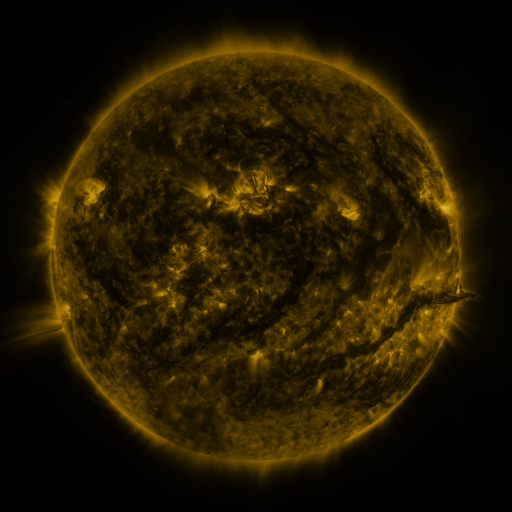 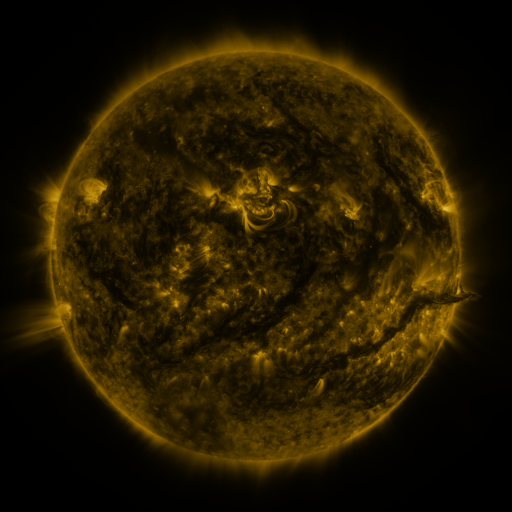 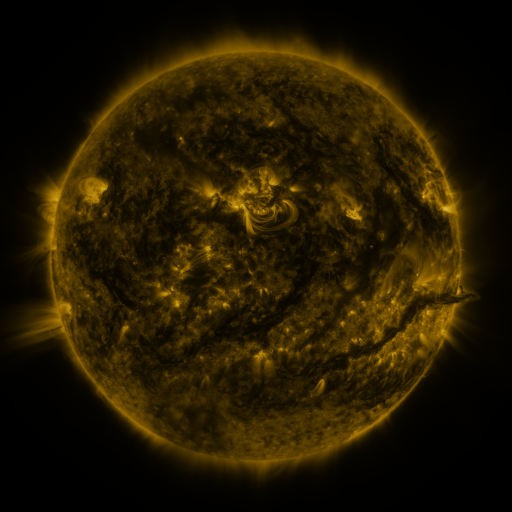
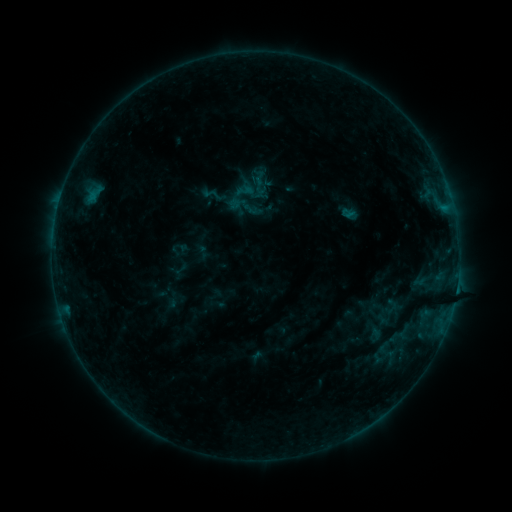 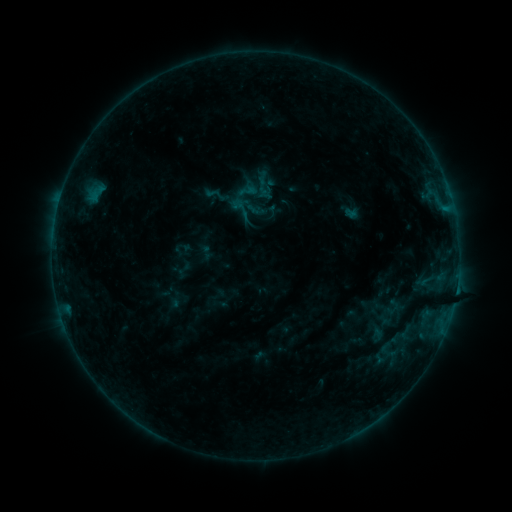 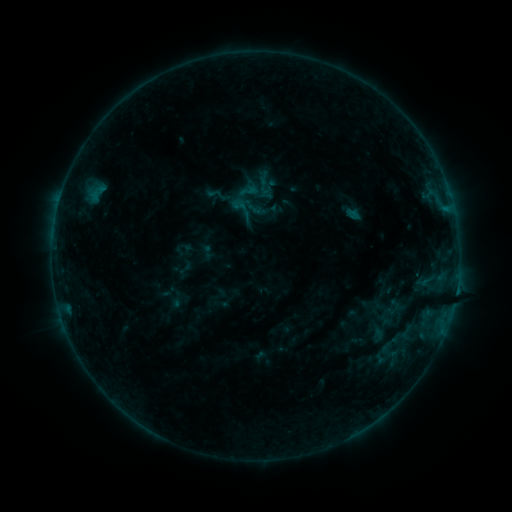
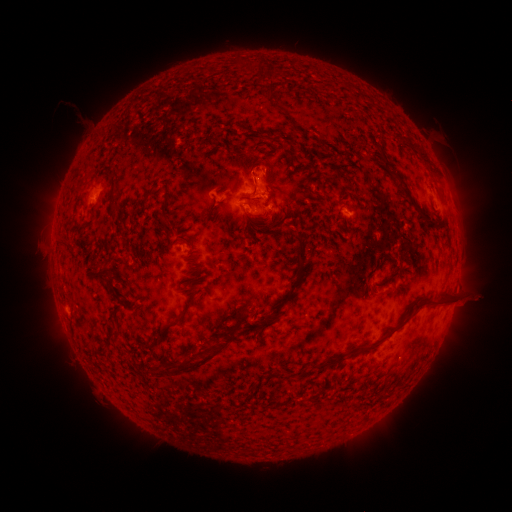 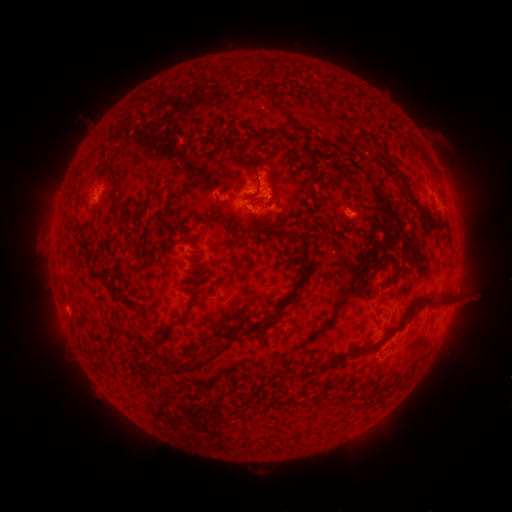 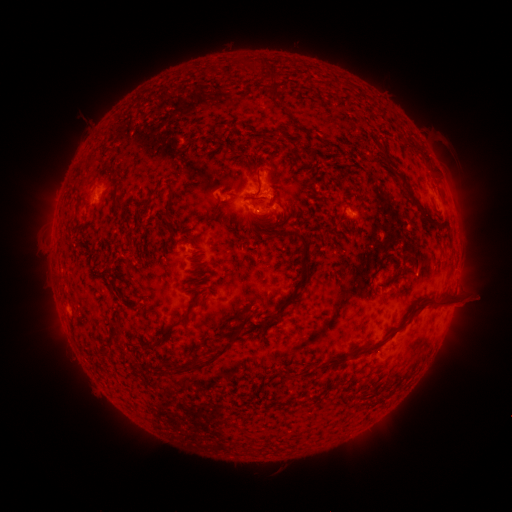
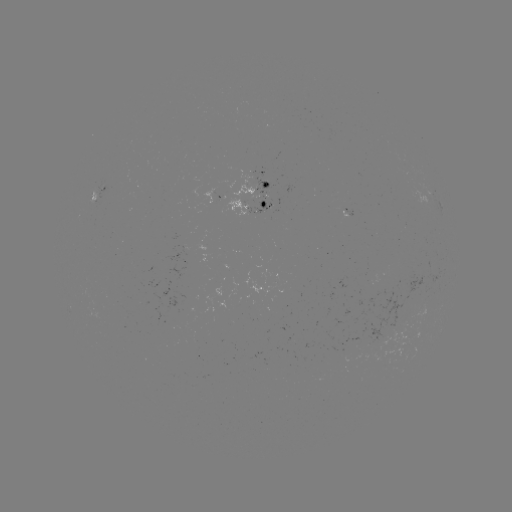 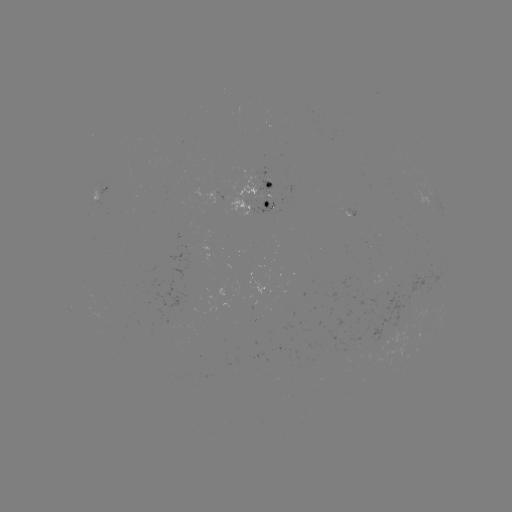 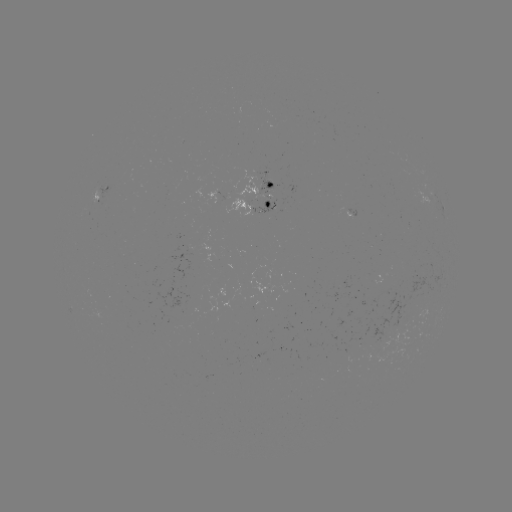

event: emerging-flux region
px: (104, 189)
